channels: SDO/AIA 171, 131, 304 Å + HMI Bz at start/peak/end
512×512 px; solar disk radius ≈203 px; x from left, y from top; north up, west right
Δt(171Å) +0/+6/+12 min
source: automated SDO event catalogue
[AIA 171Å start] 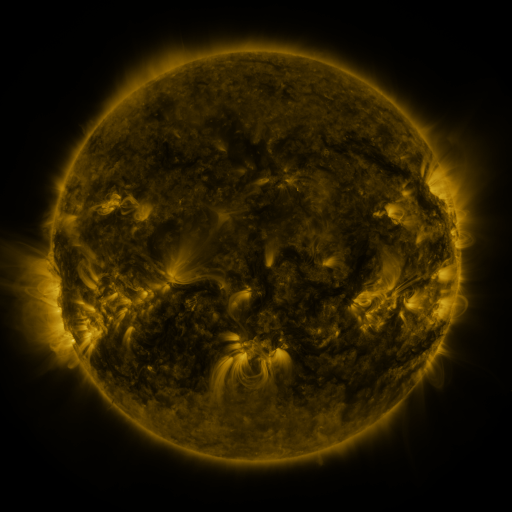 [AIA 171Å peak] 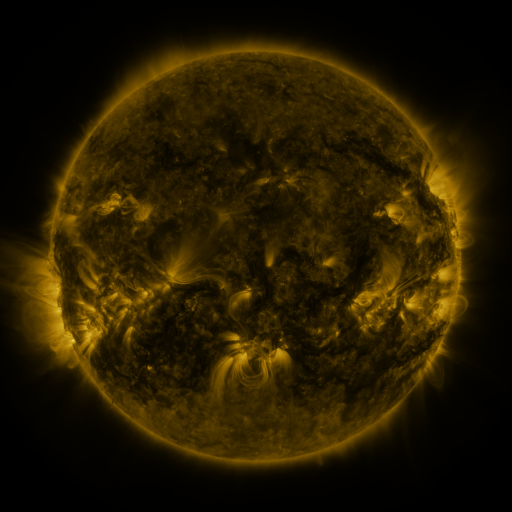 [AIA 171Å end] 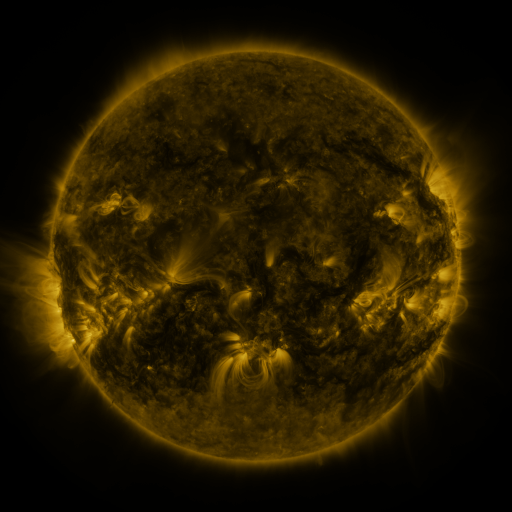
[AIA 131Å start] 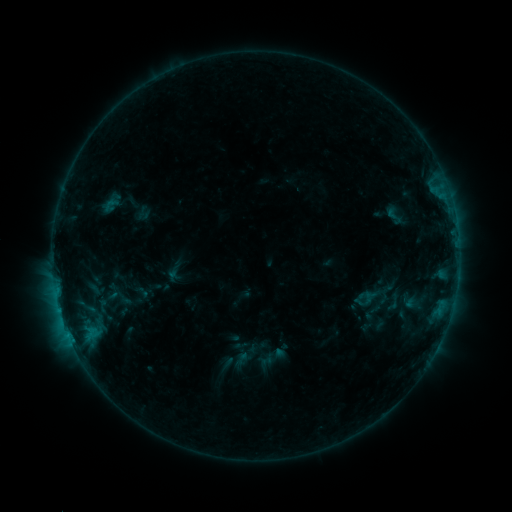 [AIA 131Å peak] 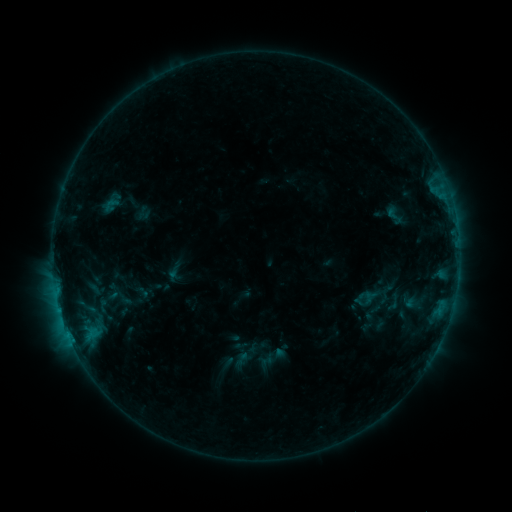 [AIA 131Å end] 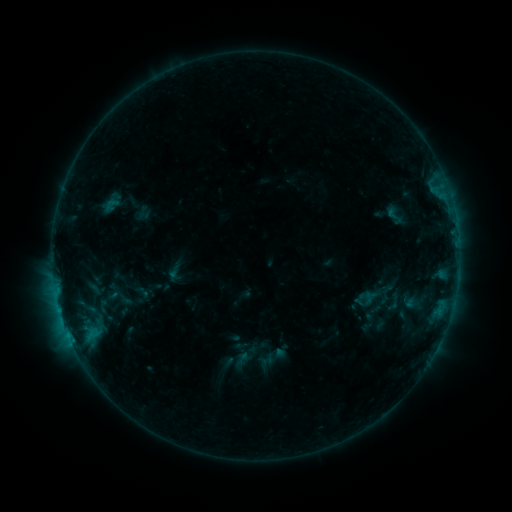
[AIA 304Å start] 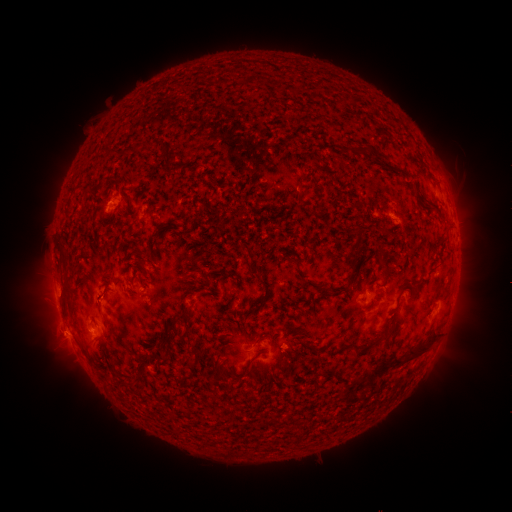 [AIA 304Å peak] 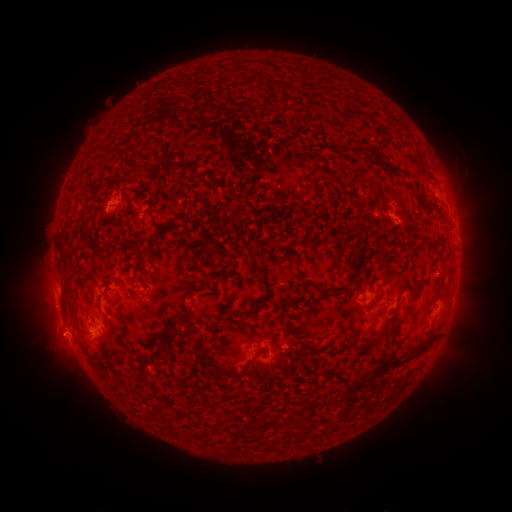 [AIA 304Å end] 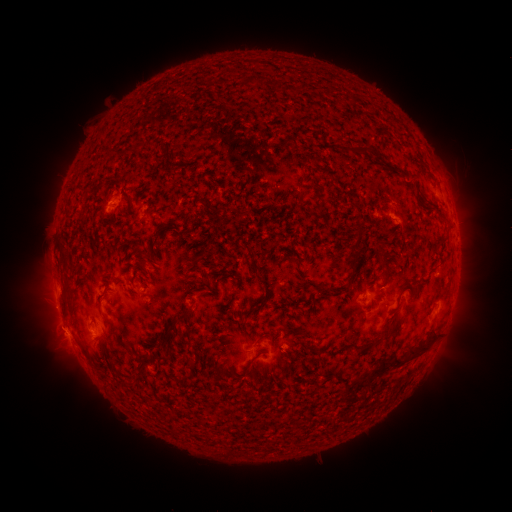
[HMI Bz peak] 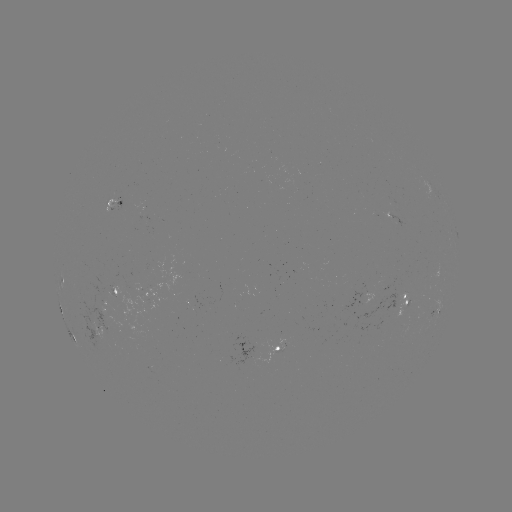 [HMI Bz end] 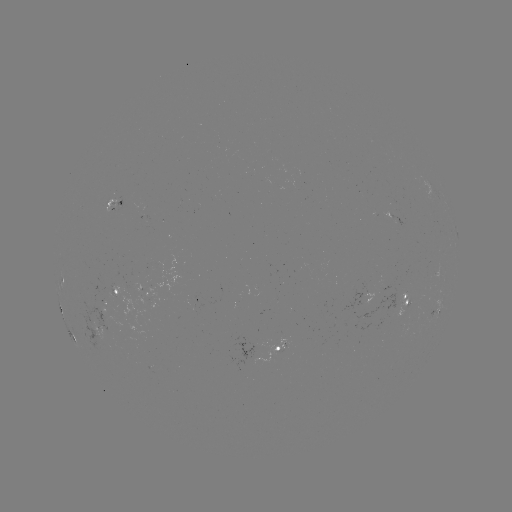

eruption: (27, 315, 84, 365)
